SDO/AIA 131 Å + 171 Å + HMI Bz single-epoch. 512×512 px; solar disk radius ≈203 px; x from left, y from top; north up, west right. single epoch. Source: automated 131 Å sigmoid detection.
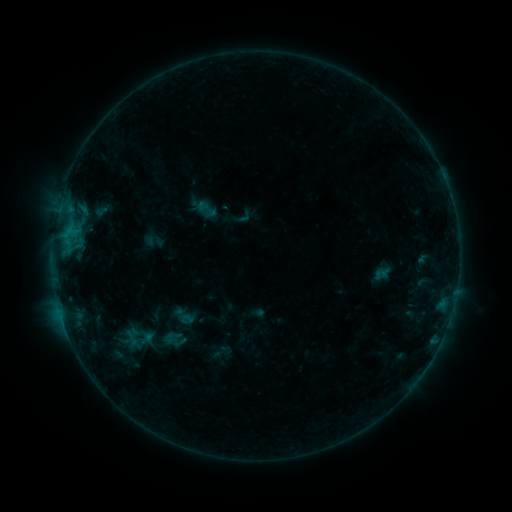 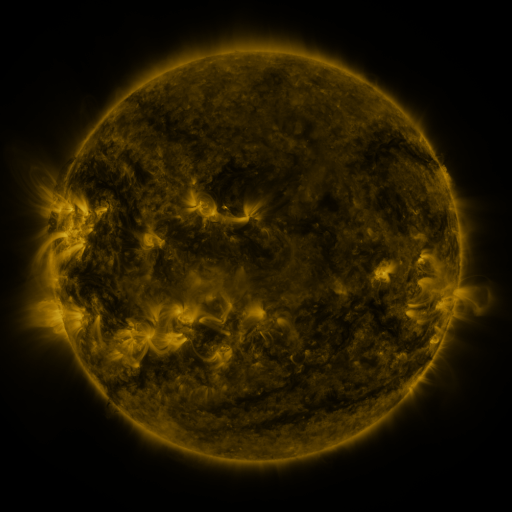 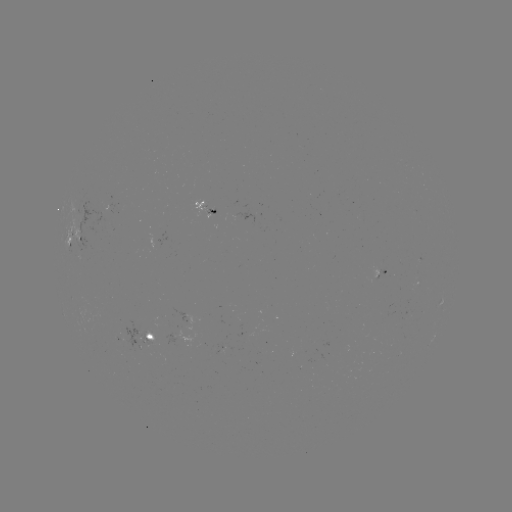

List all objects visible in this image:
sigmoid: (206, 209)
sigmoid: (187, 319)
